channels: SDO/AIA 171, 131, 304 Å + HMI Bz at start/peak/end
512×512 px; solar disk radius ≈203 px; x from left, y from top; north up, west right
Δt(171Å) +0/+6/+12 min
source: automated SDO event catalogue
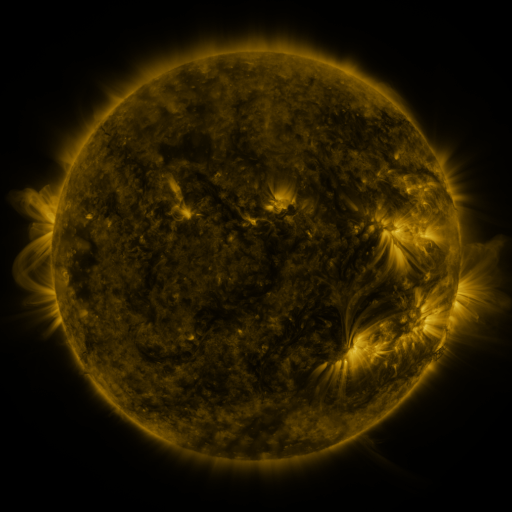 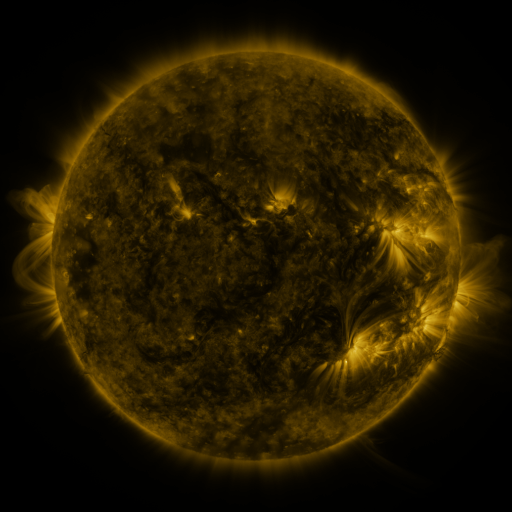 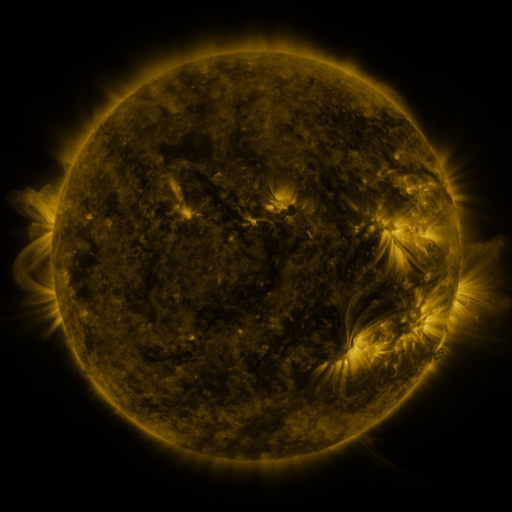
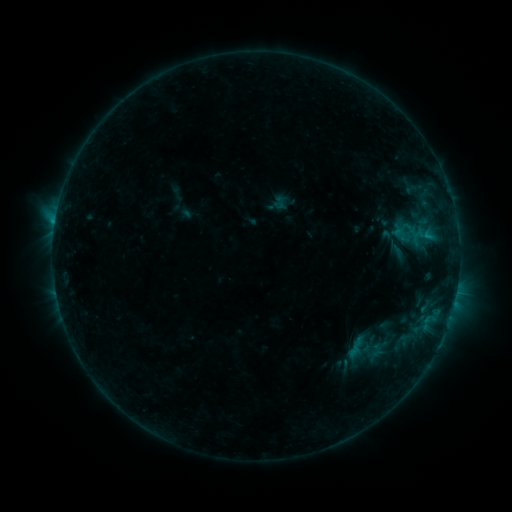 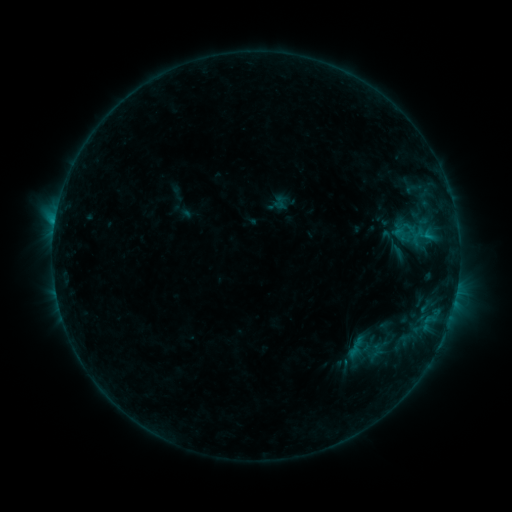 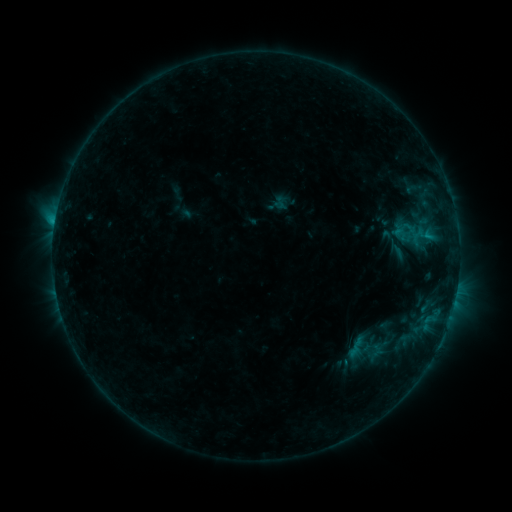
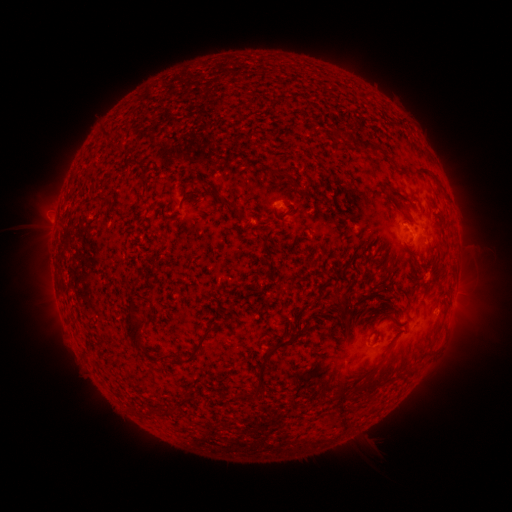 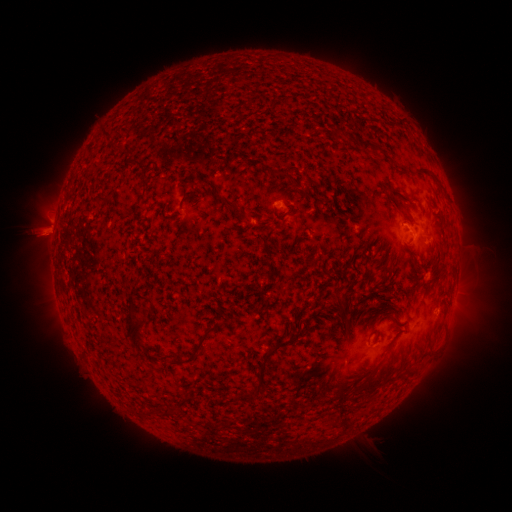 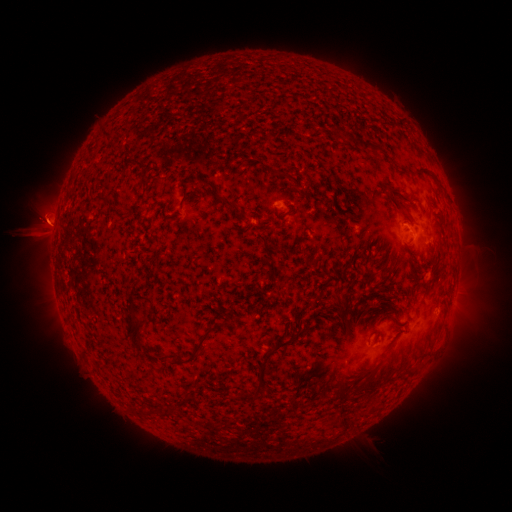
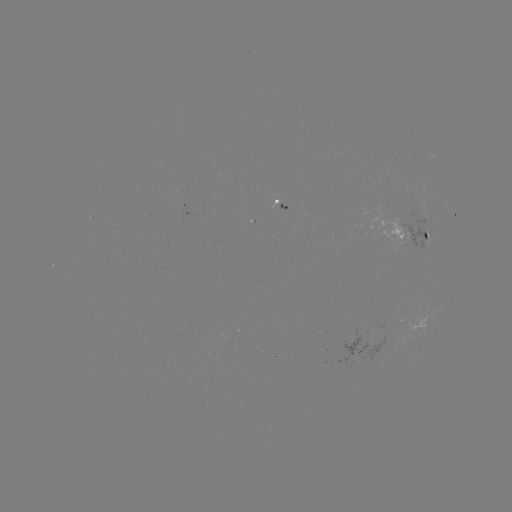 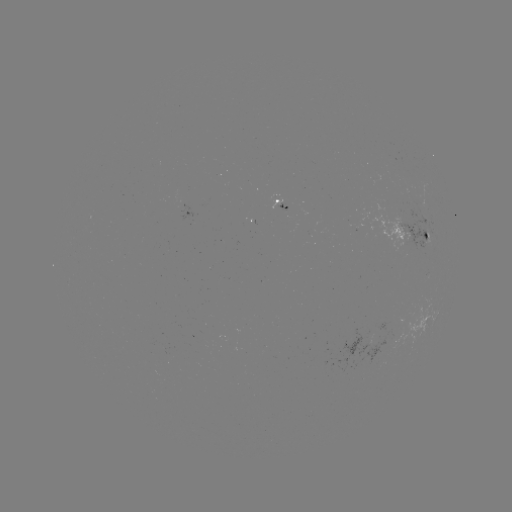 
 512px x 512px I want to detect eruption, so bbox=[15, 177, 78, 299].